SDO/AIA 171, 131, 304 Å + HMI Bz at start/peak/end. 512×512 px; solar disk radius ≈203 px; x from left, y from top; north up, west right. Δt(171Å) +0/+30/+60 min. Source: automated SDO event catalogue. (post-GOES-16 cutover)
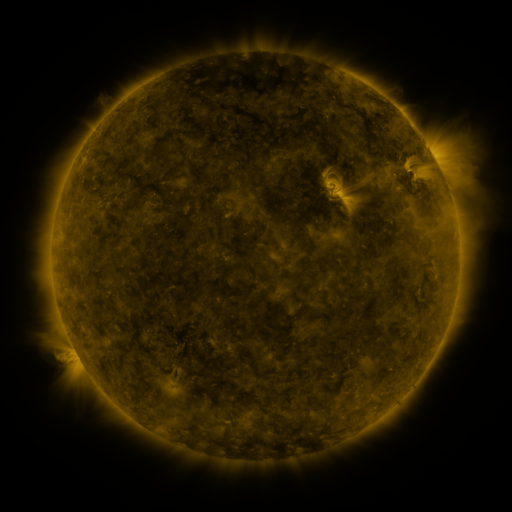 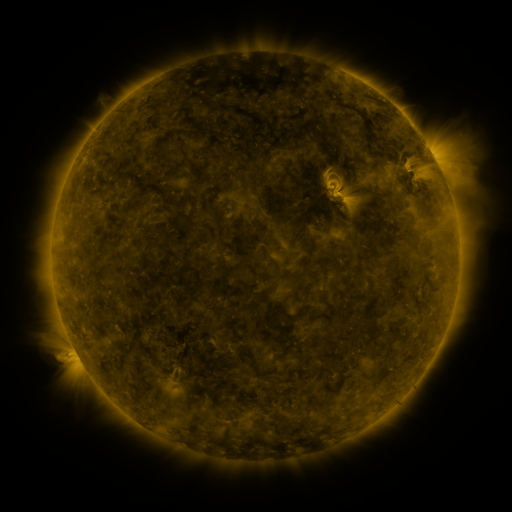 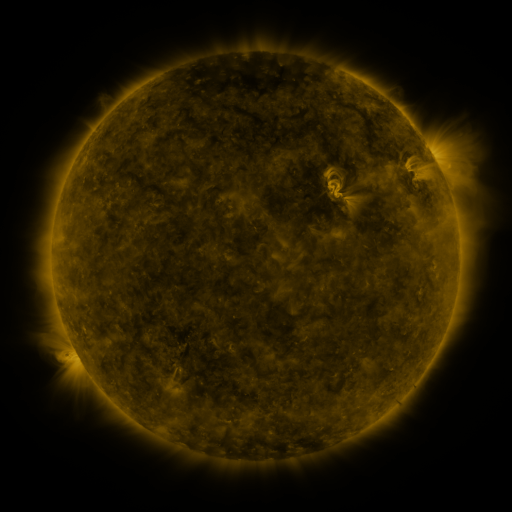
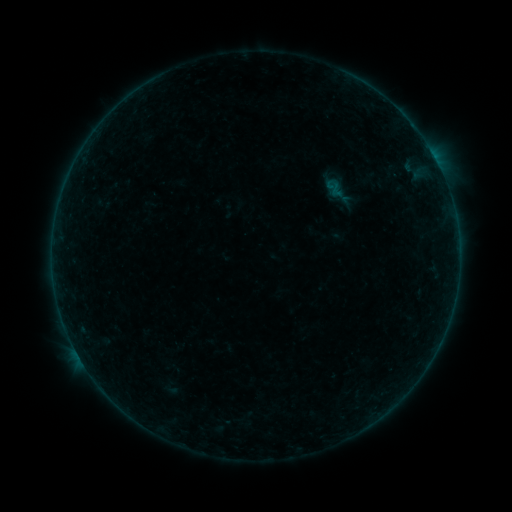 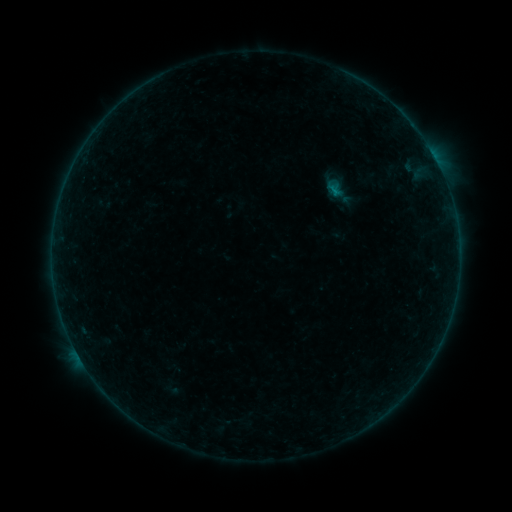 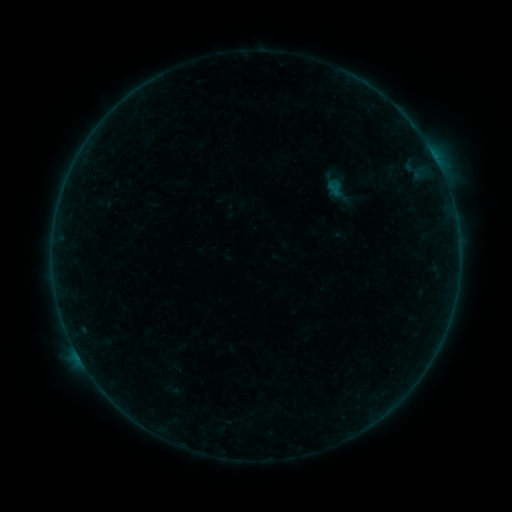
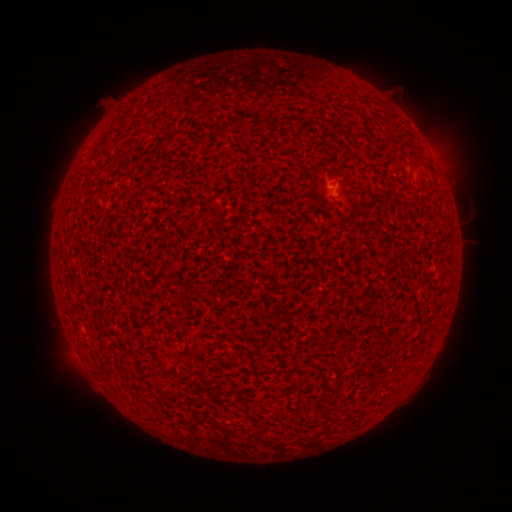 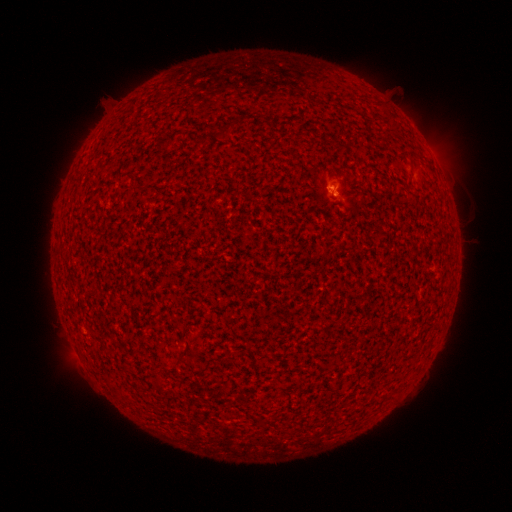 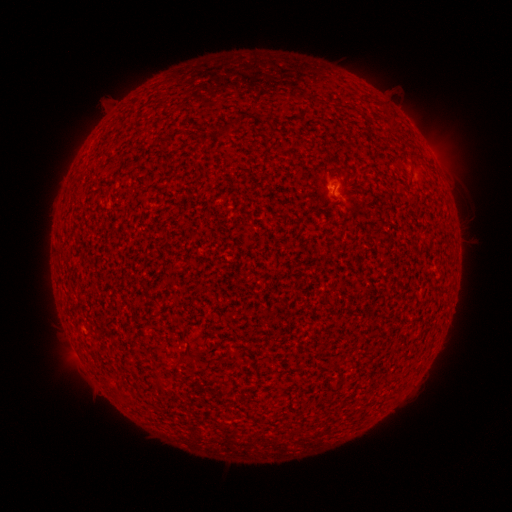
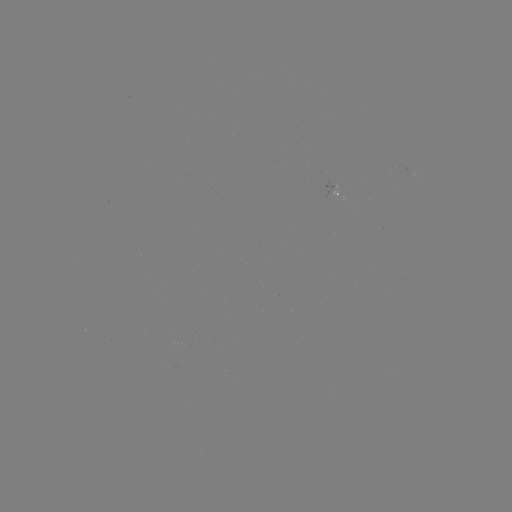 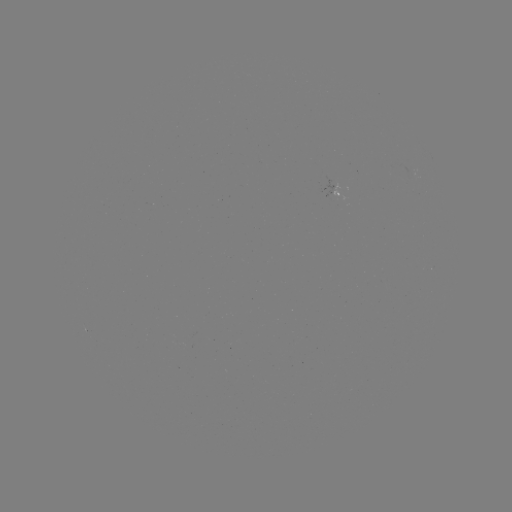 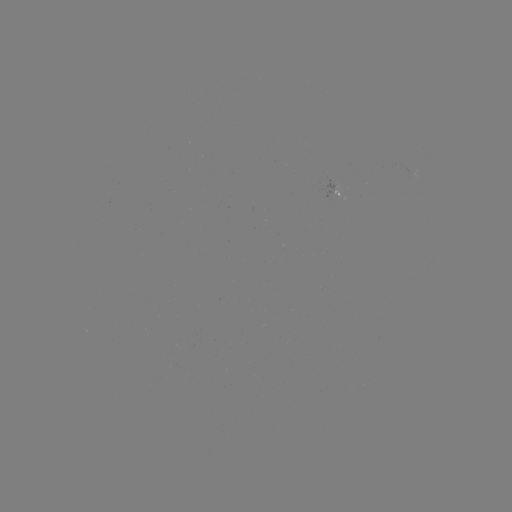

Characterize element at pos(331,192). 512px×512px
B2.6 flare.